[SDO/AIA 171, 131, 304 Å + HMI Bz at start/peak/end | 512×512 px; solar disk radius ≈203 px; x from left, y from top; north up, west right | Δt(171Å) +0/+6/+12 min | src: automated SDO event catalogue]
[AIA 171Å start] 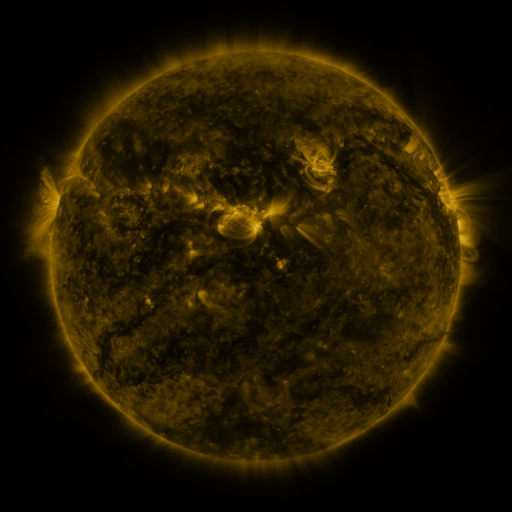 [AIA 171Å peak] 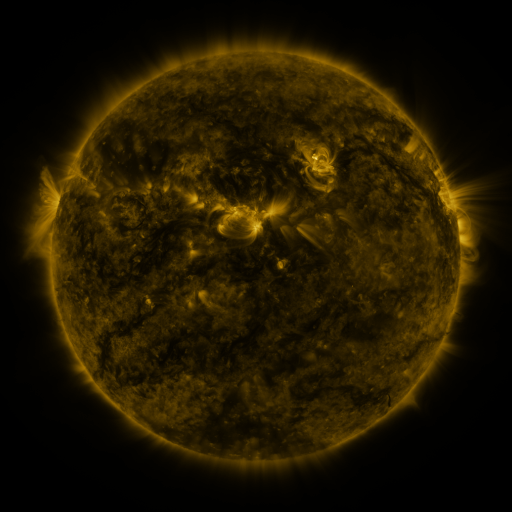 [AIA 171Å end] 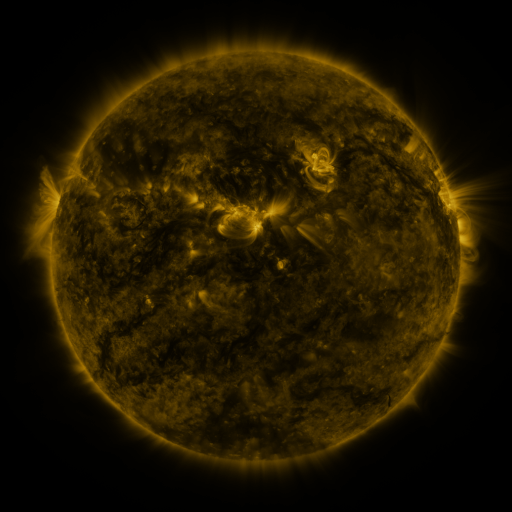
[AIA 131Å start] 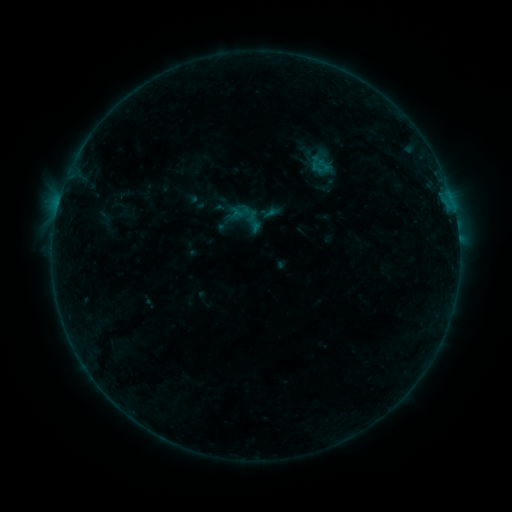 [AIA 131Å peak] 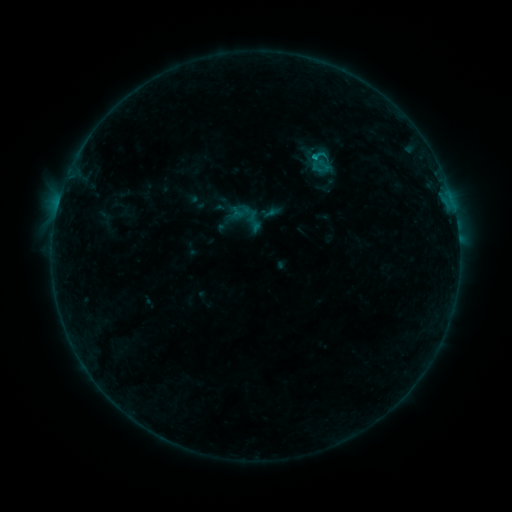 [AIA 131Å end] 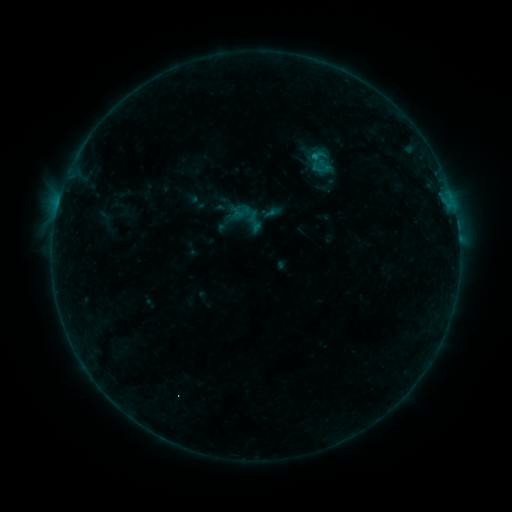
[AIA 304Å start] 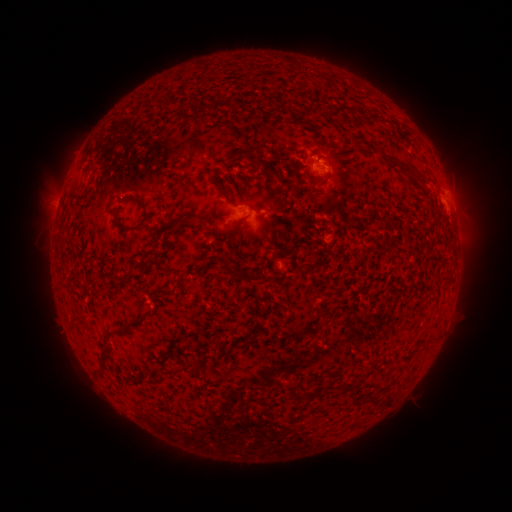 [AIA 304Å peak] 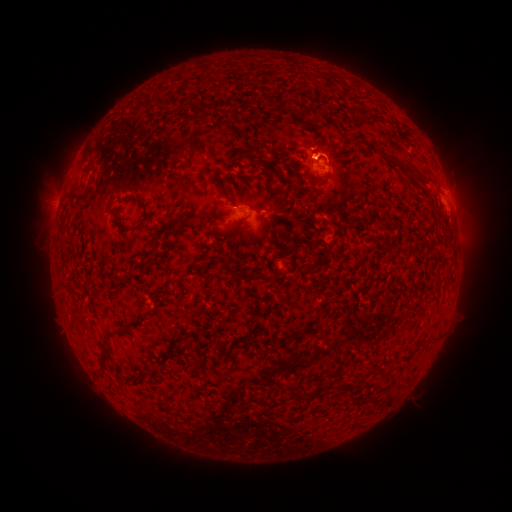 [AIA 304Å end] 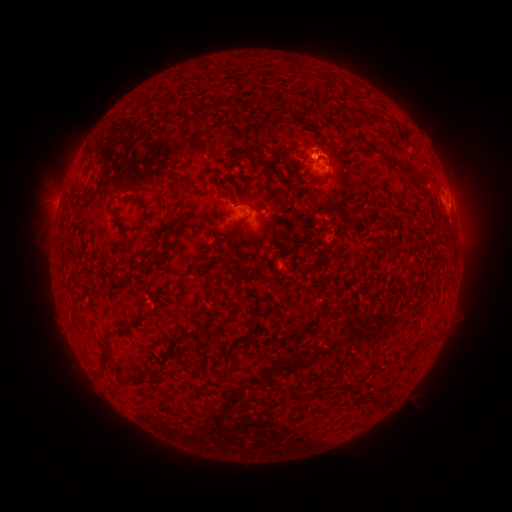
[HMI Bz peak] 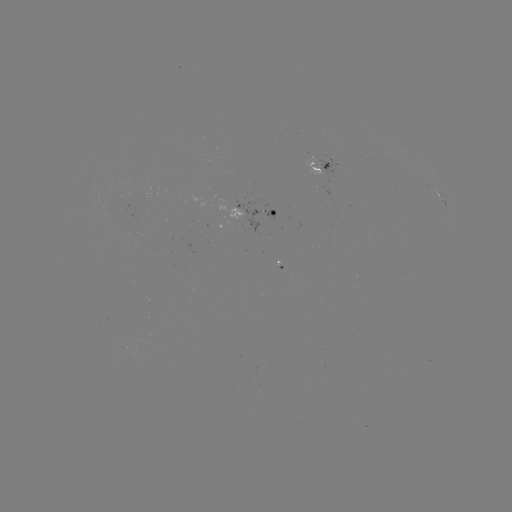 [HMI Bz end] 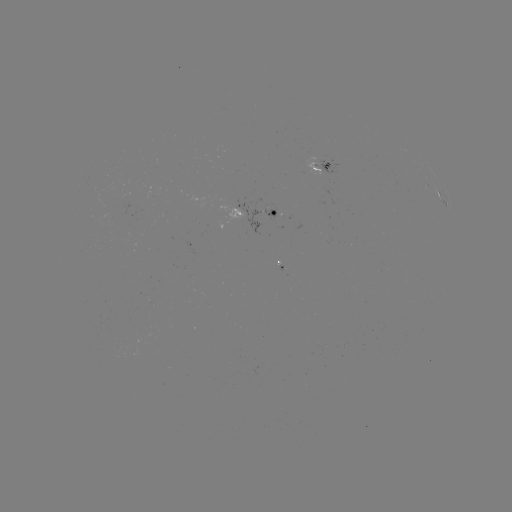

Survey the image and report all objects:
B5.2 flare: (314, 157)
